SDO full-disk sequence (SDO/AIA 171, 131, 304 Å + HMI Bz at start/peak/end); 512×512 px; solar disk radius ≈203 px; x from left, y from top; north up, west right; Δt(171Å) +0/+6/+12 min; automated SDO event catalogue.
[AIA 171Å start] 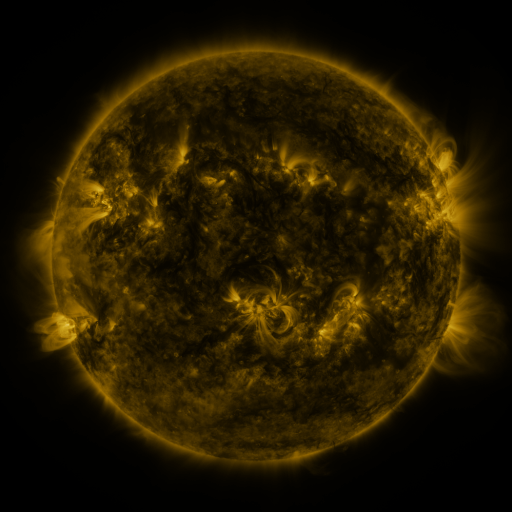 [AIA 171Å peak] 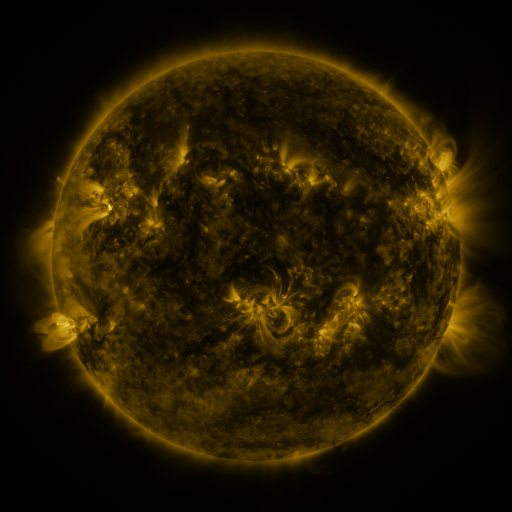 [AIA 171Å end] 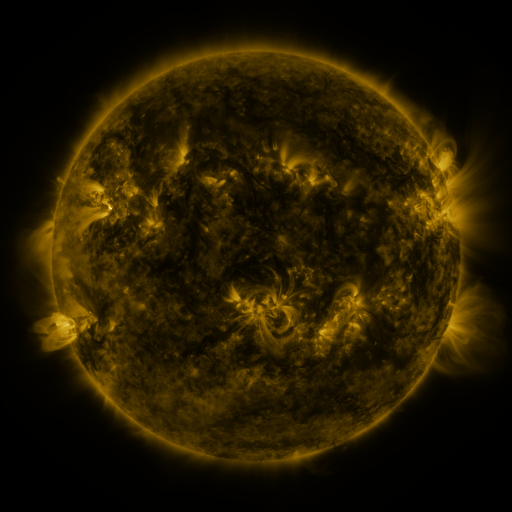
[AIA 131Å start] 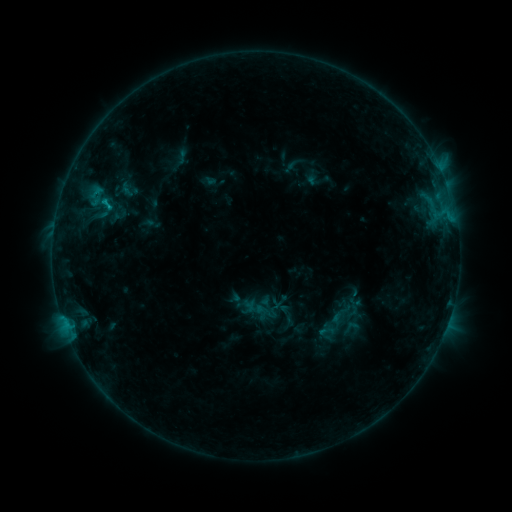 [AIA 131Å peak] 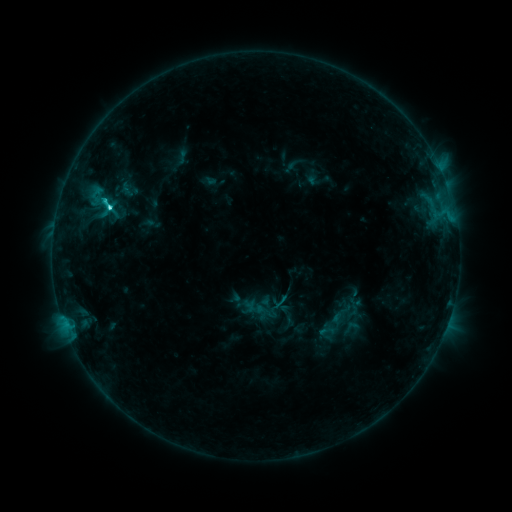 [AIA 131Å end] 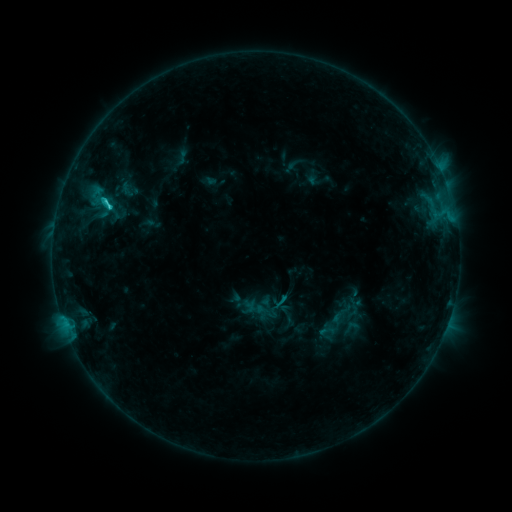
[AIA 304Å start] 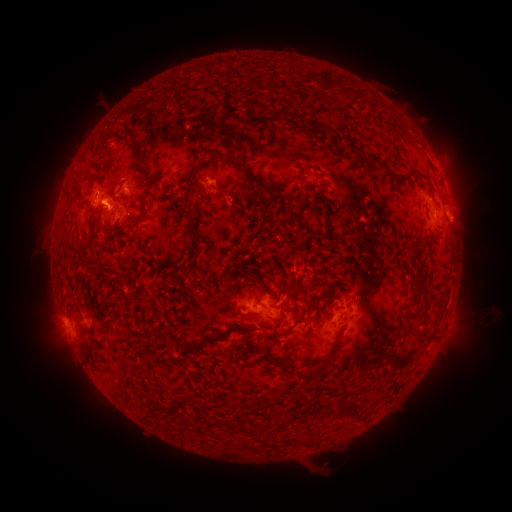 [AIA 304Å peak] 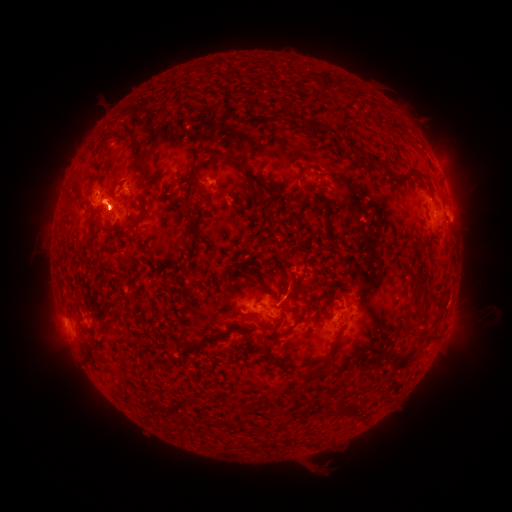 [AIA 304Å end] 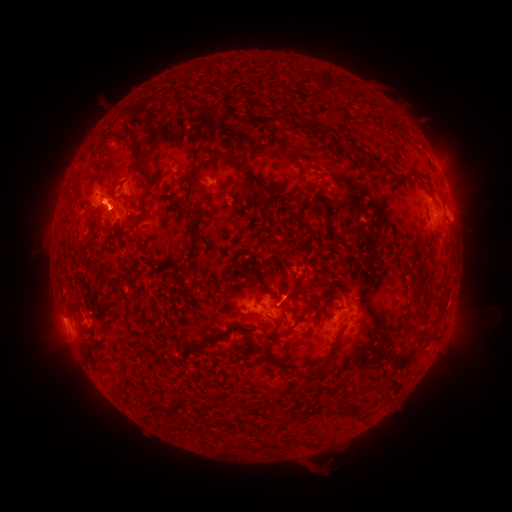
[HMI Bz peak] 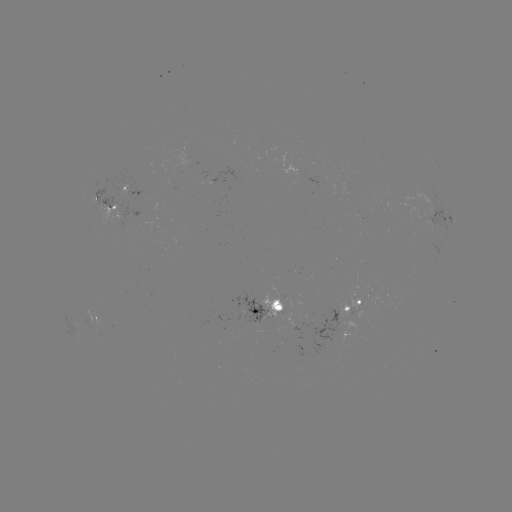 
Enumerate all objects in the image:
eruption: (364, 335)
